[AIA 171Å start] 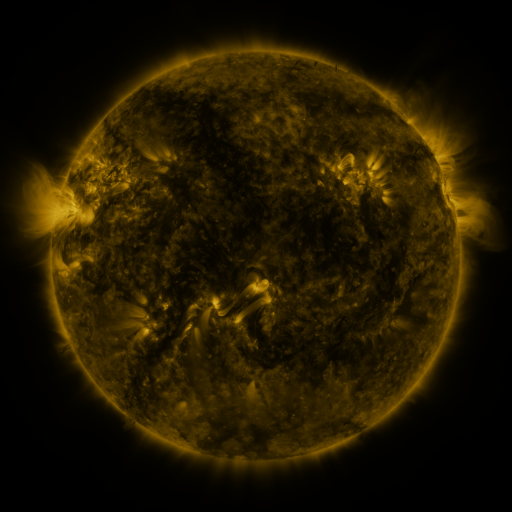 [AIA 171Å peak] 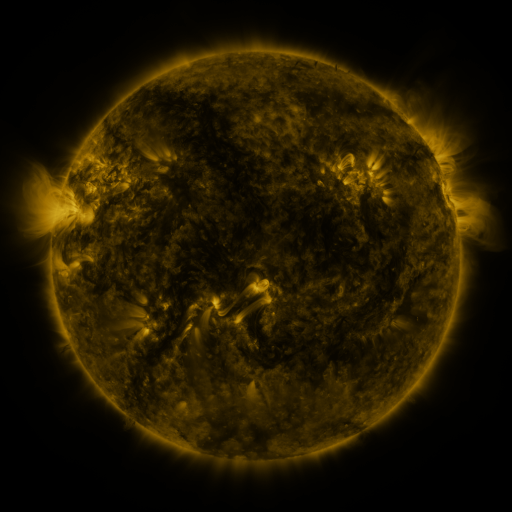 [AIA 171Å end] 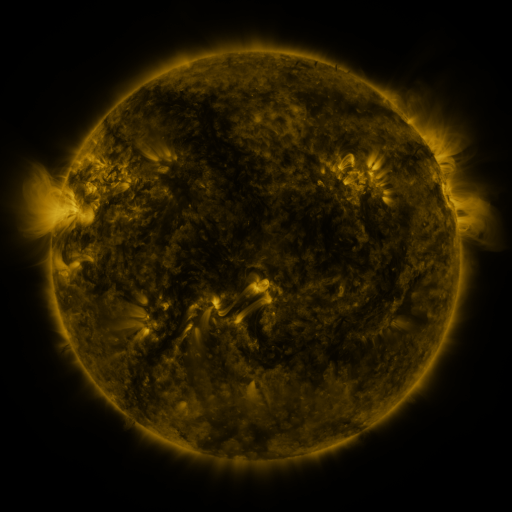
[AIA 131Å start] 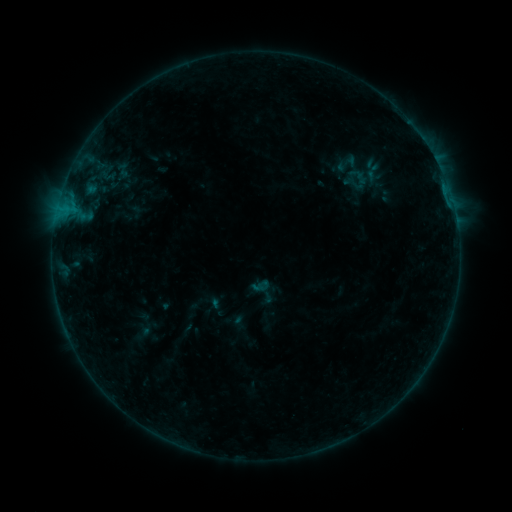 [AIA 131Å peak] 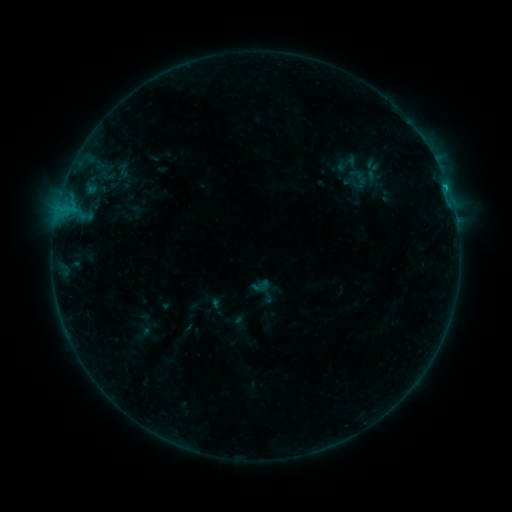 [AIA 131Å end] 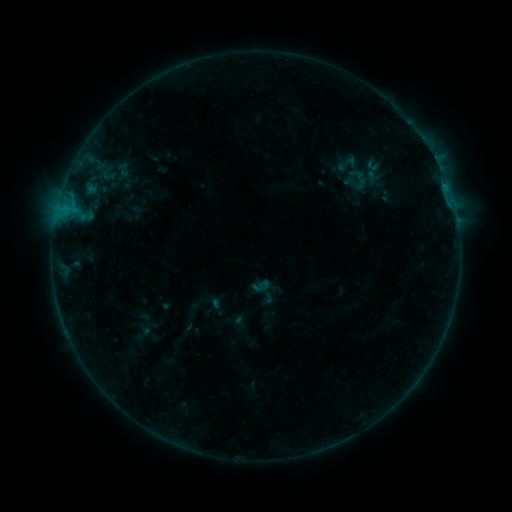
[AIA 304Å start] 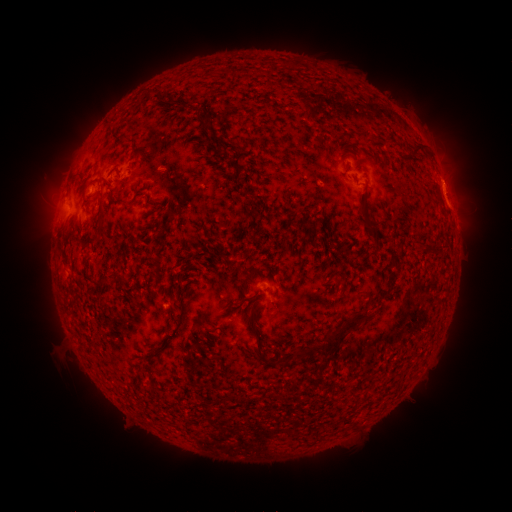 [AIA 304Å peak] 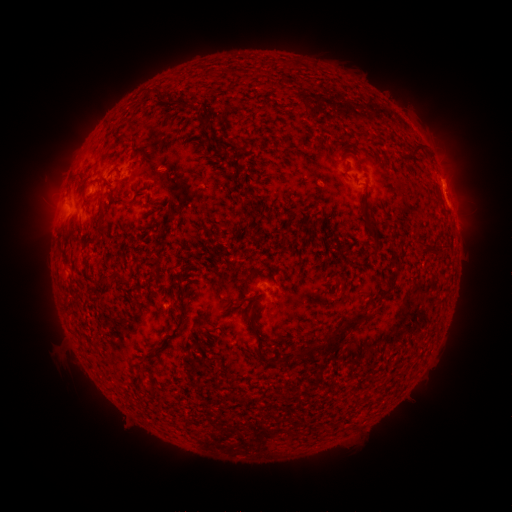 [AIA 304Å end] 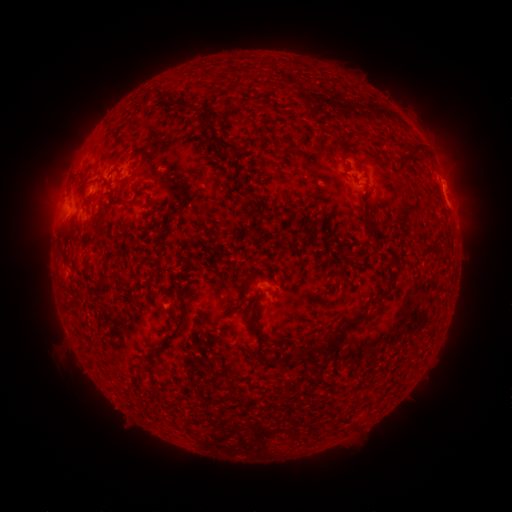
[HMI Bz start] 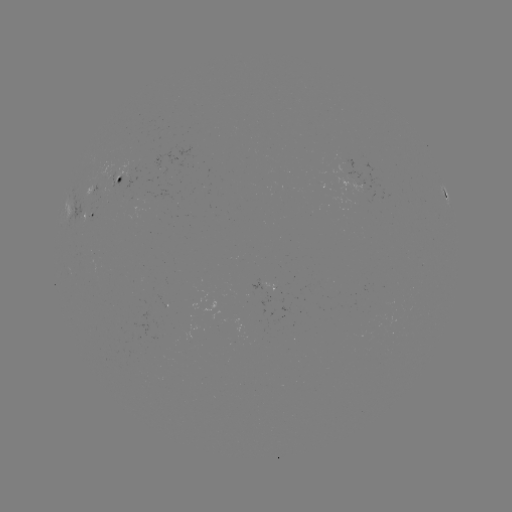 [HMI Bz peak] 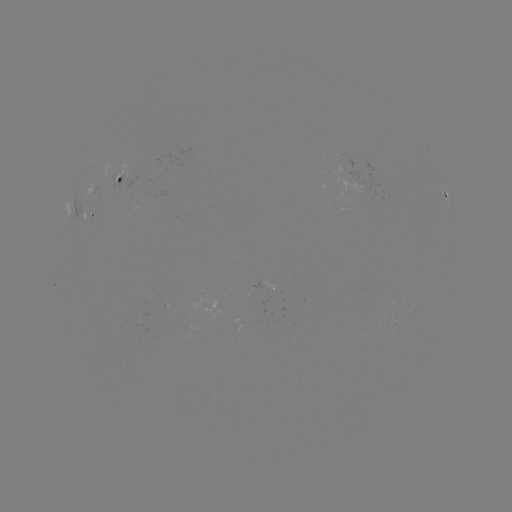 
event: flare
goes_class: B4.8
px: (445, 189)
